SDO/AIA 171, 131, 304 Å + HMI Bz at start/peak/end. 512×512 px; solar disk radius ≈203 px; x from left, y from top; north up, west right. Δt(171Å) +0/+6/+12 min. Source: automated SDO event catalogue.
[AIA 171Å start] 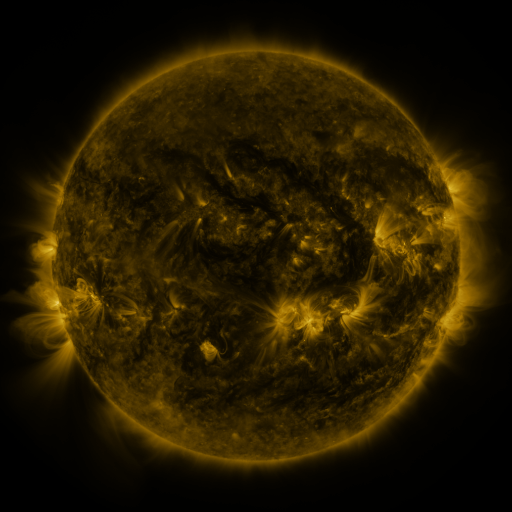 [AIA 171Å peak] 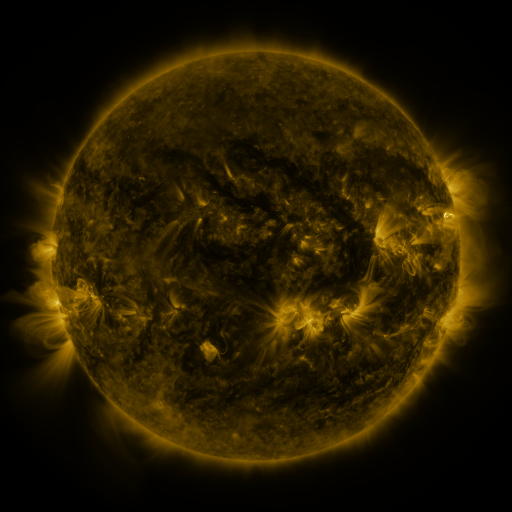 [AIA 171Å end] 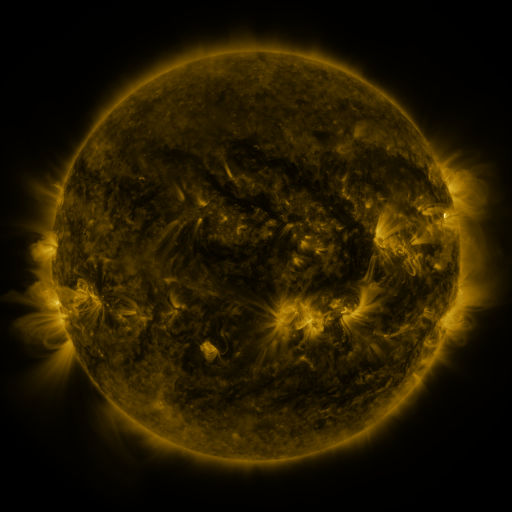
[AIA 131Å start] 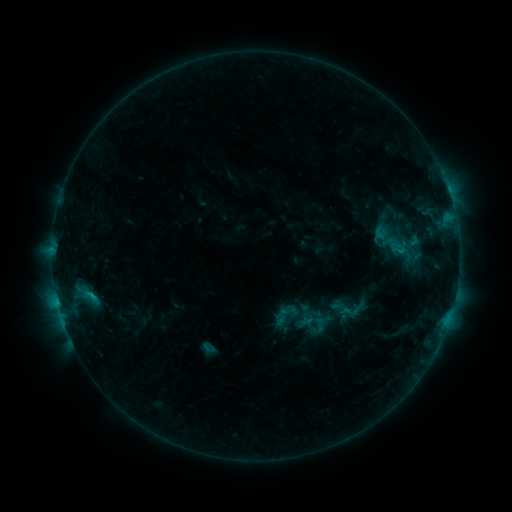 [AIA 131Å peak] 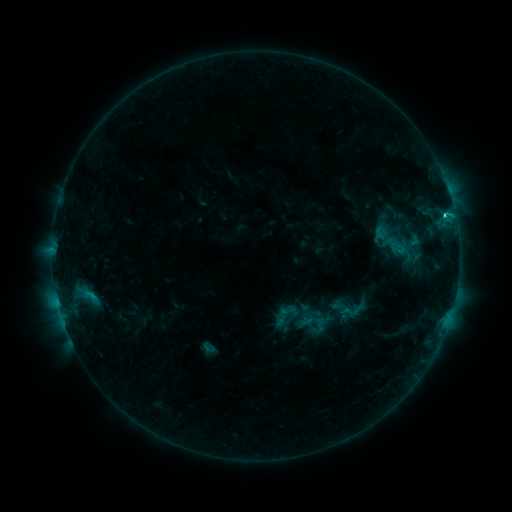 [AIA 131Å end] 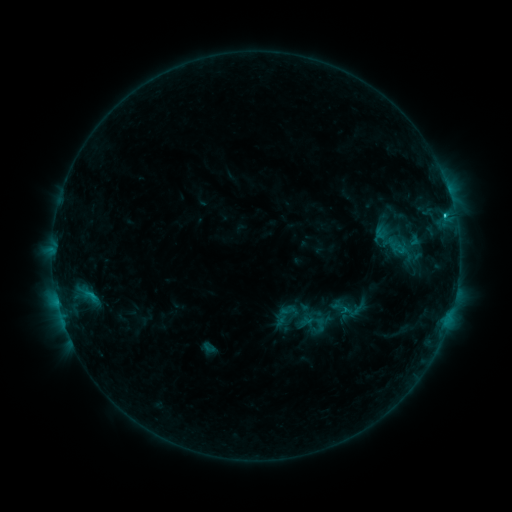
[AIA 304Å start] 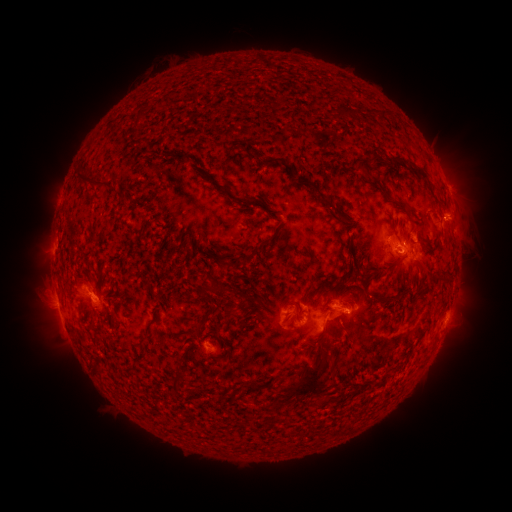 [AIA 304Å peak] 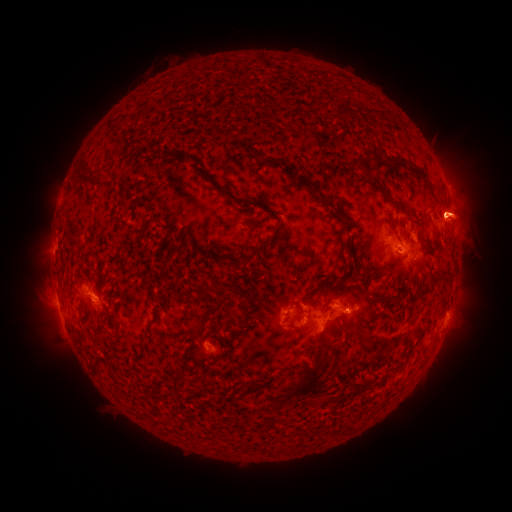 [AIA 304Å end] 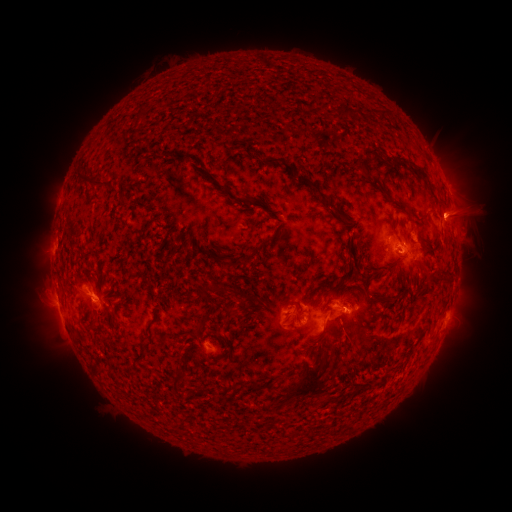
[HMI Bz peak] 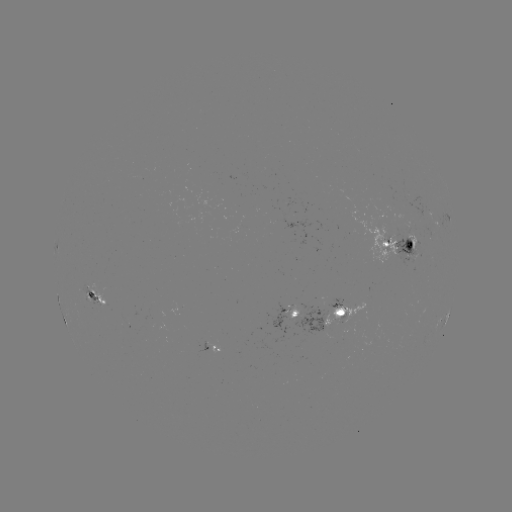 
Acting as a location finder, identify C2.0 flare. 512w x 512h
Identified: (445, 219).